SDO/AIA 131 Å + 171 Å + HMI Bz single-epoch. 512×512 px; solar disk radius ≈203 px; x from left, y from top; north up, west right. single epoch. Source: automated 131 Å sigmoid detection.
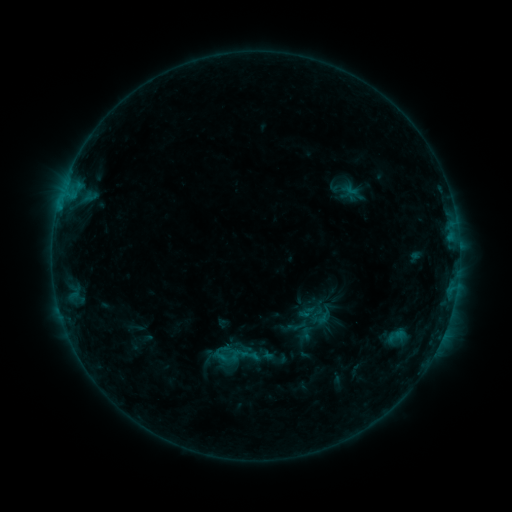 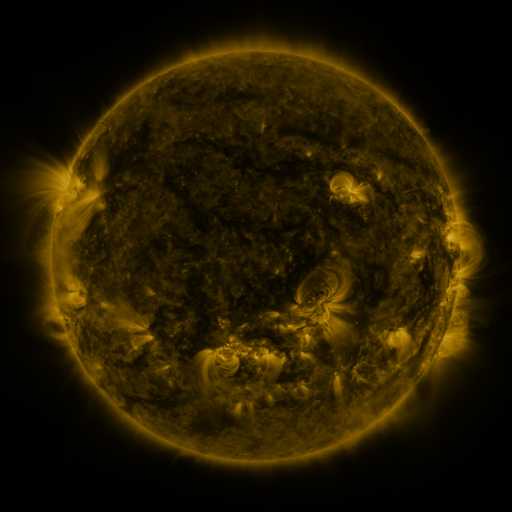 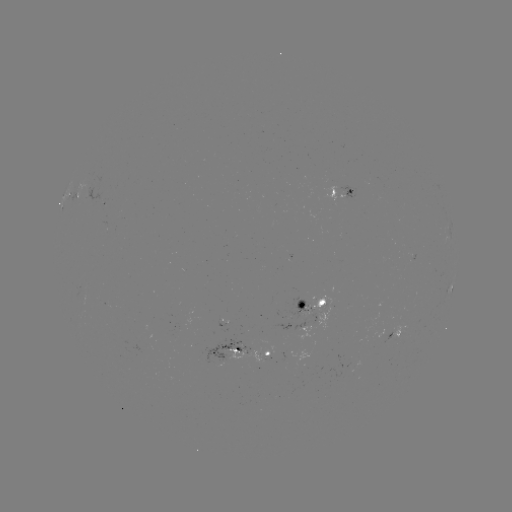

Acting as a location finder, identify sigmoid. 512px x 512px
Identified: (321, 317).